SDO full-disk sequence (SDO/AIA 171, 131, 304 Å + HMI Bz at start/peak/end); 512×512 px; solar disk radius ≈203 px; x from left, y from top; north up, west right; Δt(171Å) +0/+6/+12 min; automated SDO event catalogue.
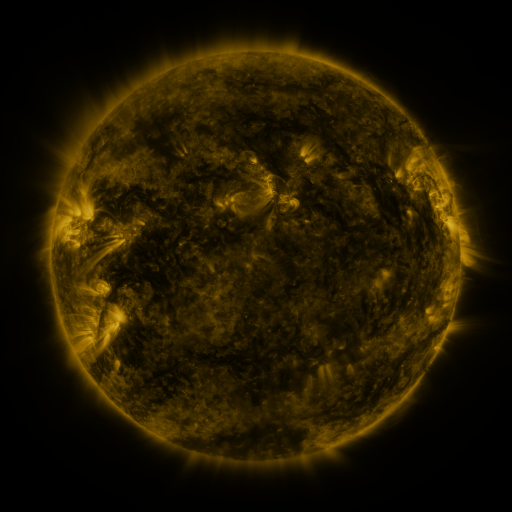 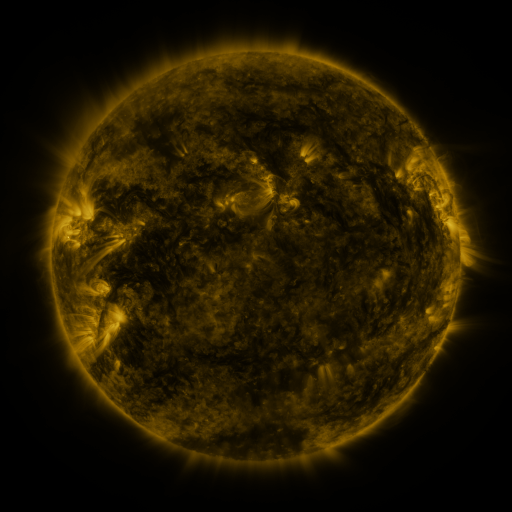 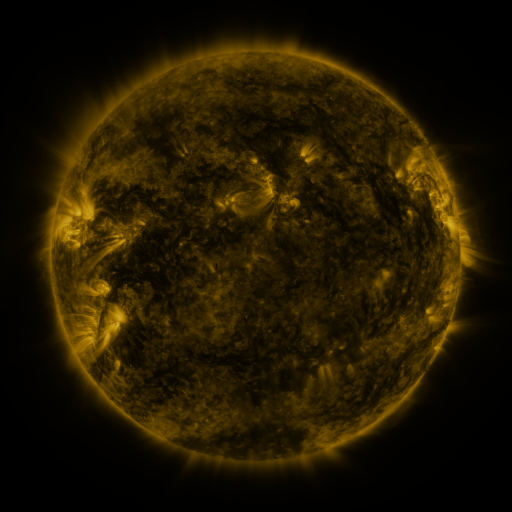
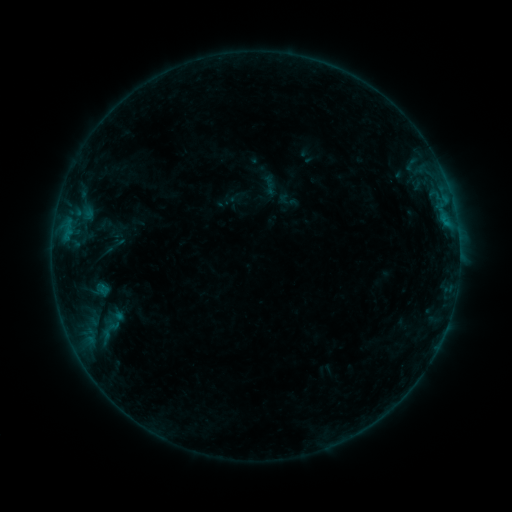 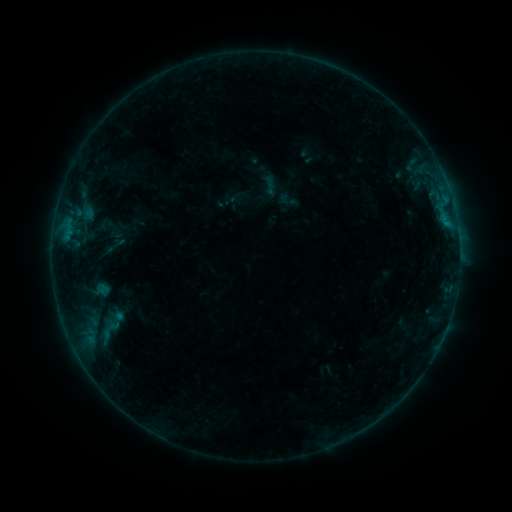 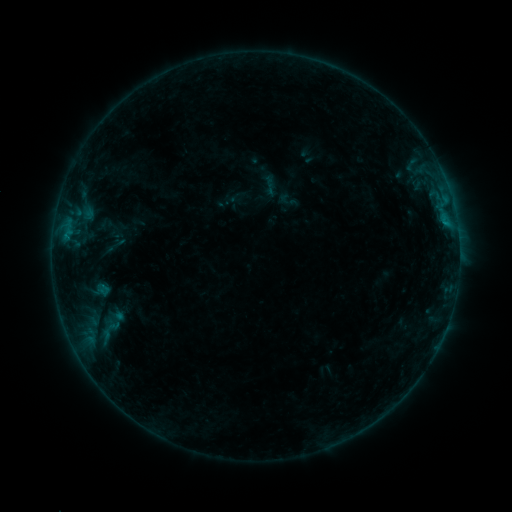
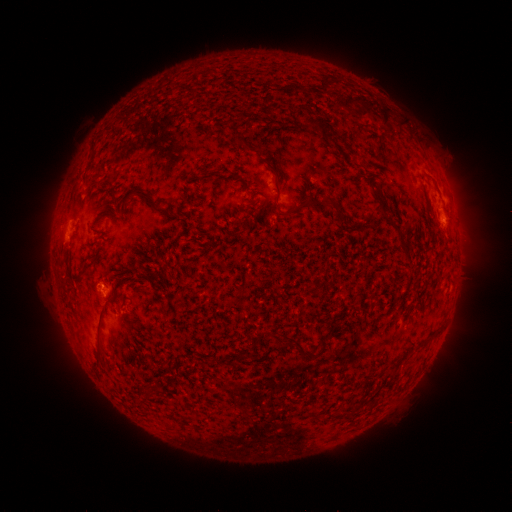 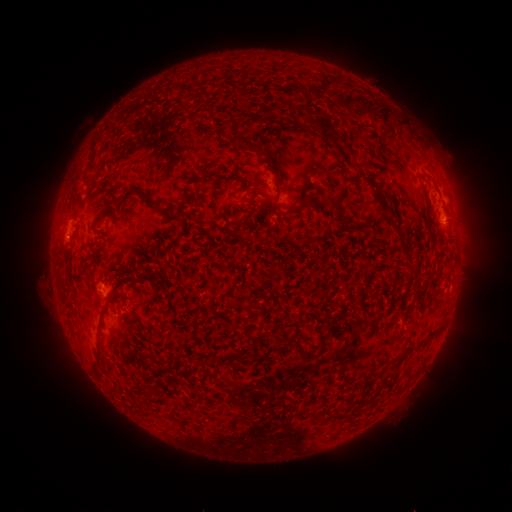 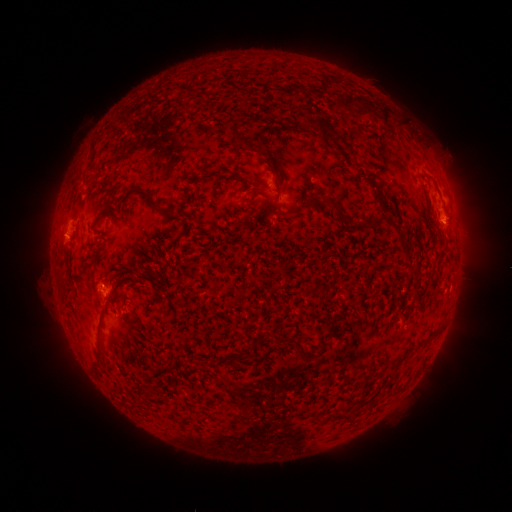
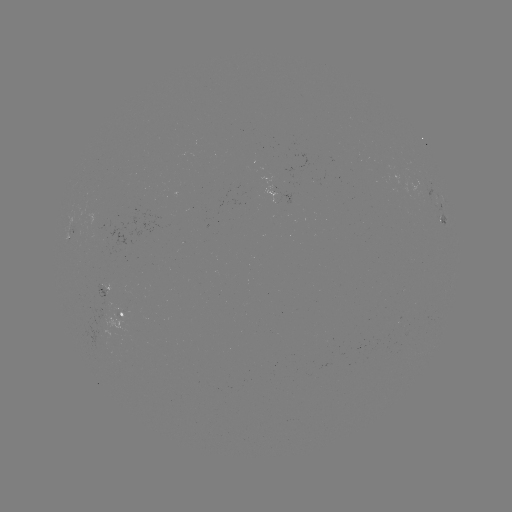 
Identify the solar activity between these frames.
B3.7 flare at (67, 238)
